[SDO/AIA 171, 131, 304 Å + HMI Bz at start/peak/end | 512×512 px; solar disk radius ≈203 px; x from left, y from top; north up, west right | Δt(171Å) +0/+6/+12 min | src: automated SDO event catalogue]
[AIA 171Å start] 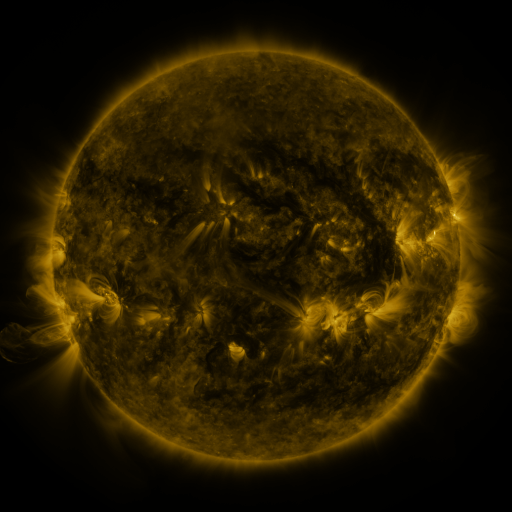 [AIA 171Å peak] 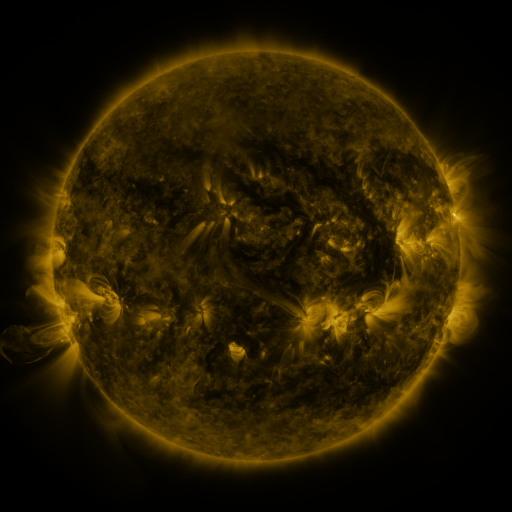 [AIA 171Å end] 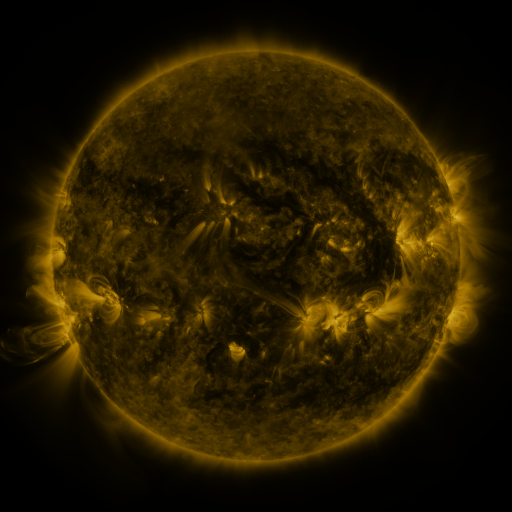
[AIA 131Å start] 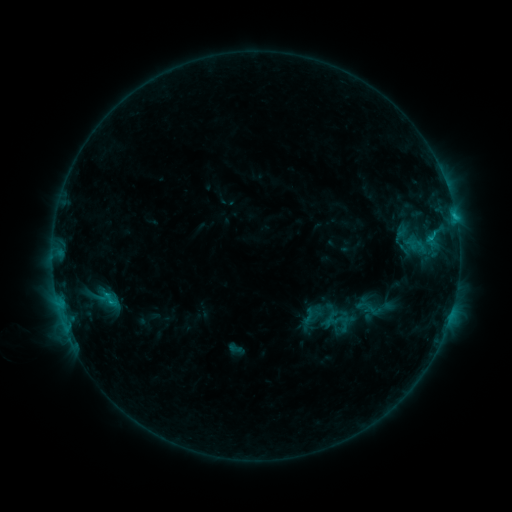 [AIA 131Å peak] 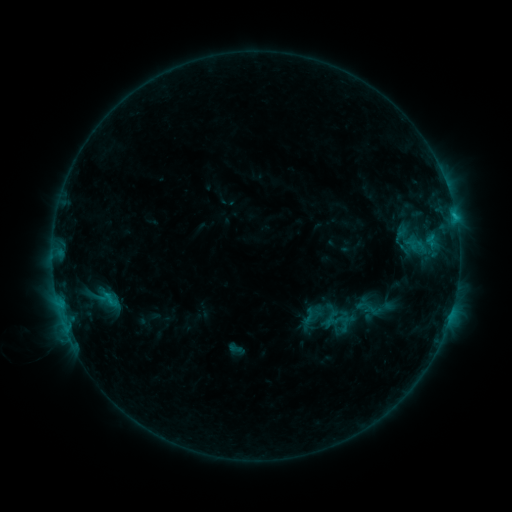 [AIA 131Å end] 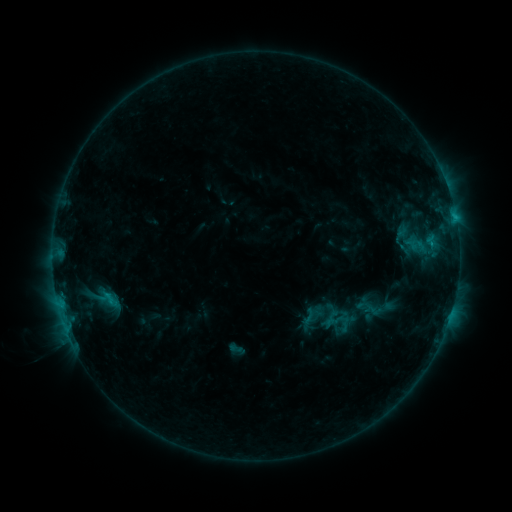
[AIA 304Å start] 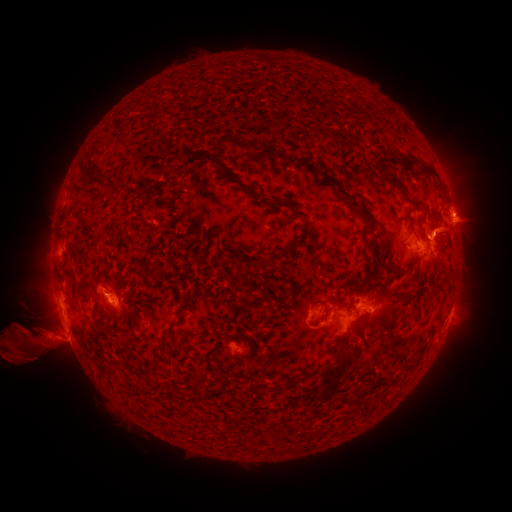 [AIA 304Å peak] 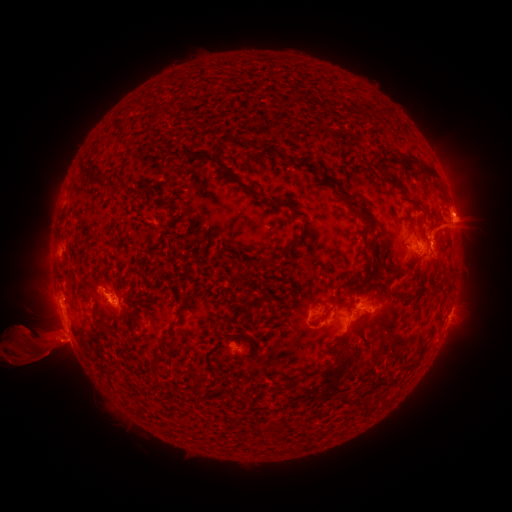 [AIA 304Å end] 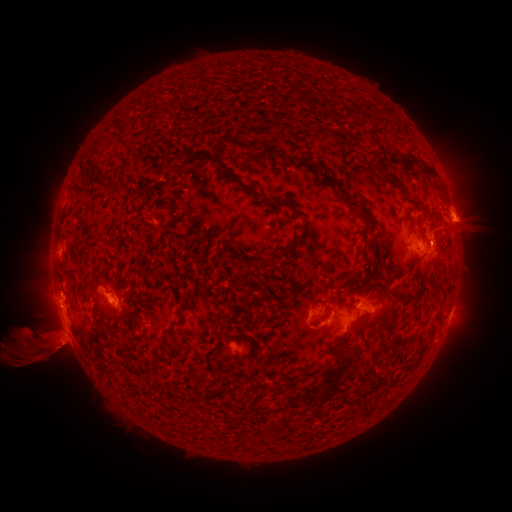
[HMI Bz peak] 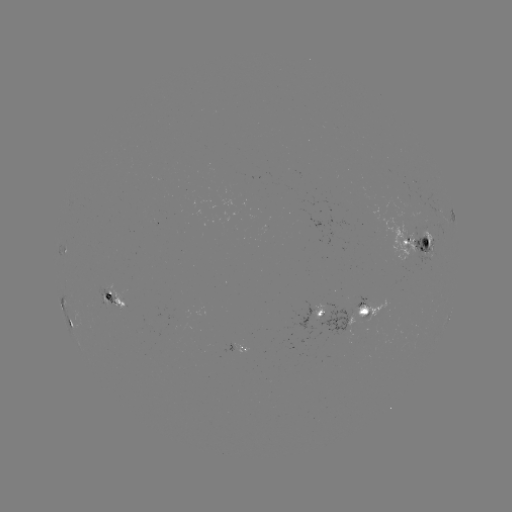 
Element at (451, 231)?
eruption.